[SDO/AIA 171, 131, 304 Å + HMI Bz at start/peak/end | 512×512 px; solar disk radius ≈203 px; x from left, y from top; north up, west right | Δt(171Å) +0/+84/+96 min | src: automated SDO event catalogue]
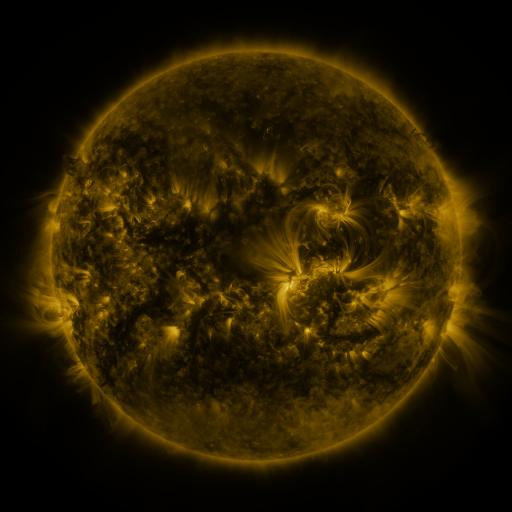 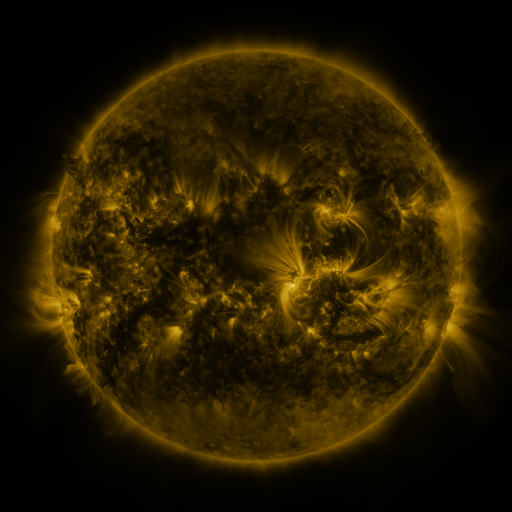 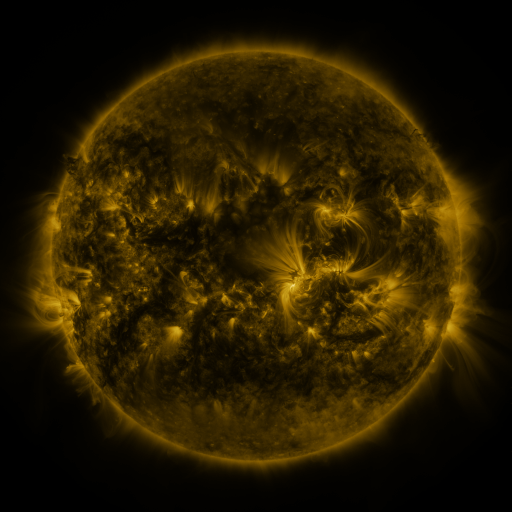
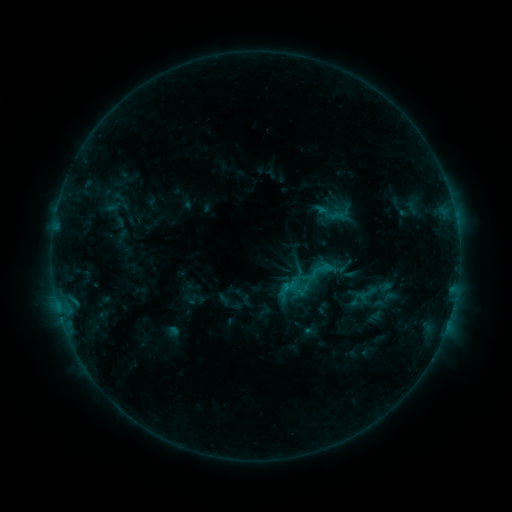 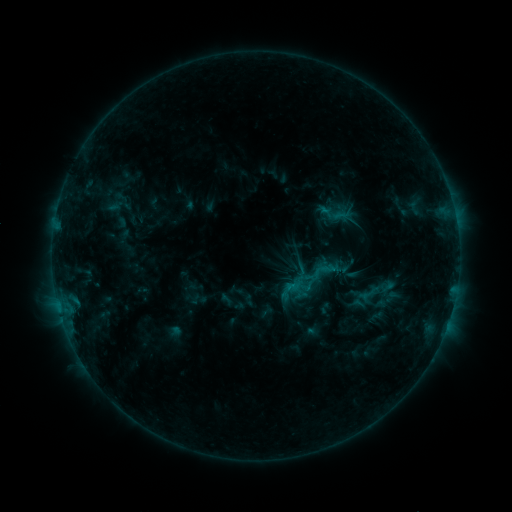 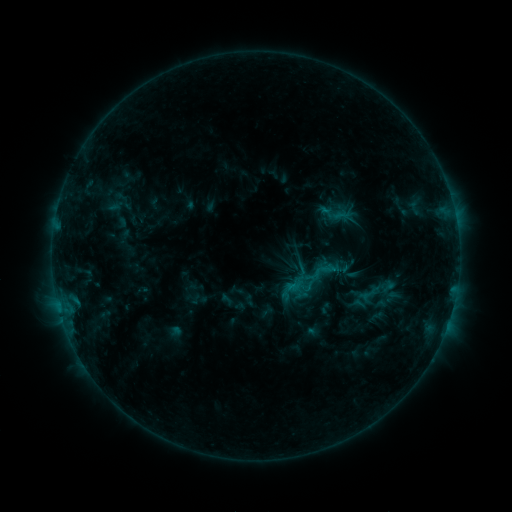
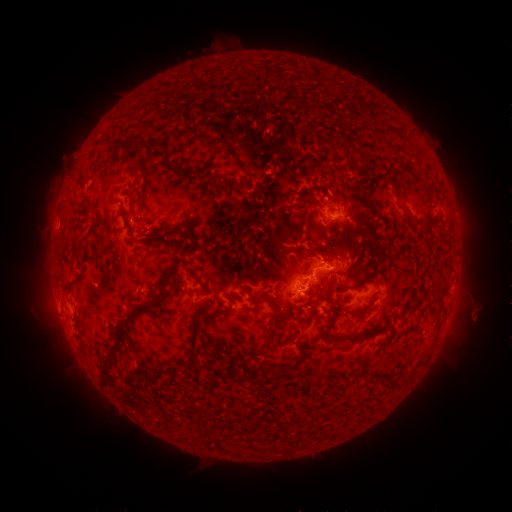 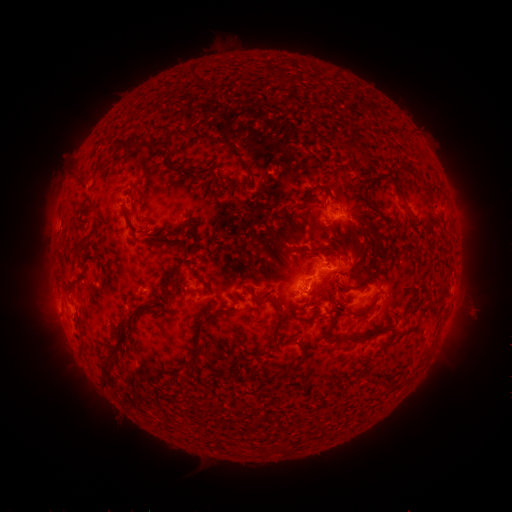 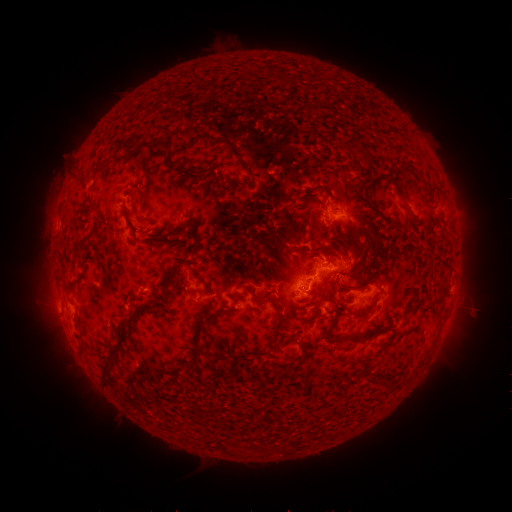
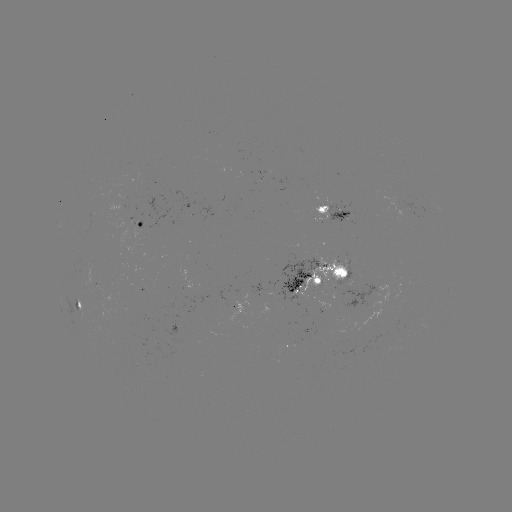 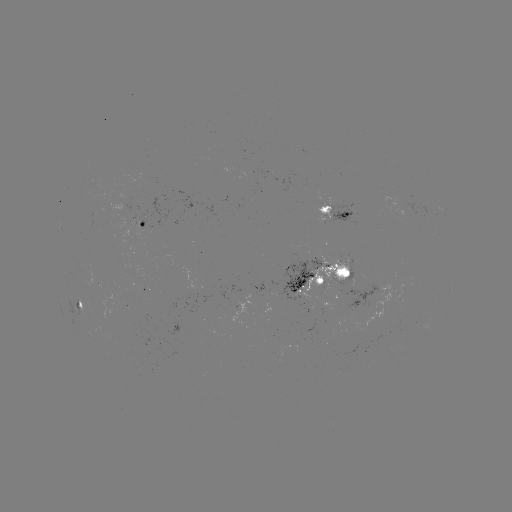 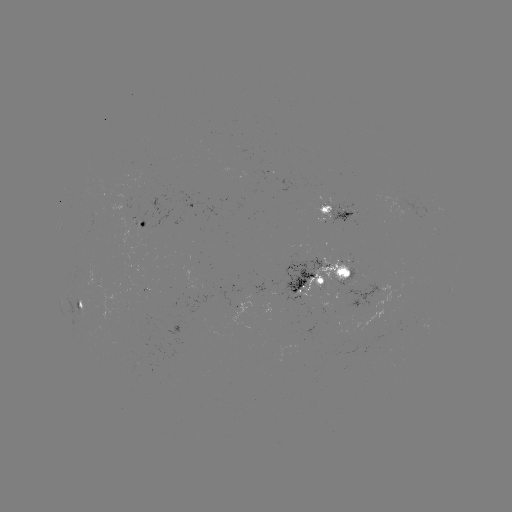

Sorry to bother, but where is emerging-flux region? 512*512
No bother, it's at (240, 301).